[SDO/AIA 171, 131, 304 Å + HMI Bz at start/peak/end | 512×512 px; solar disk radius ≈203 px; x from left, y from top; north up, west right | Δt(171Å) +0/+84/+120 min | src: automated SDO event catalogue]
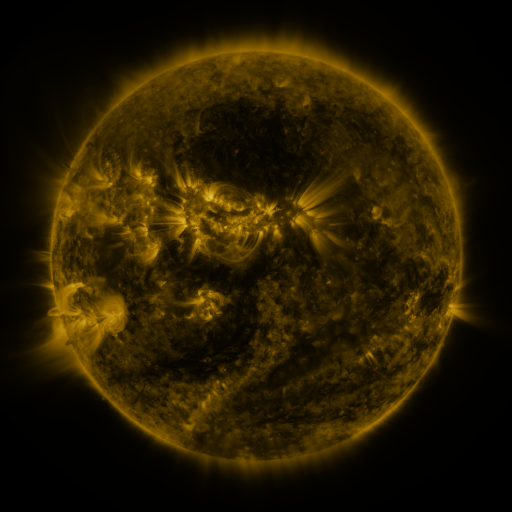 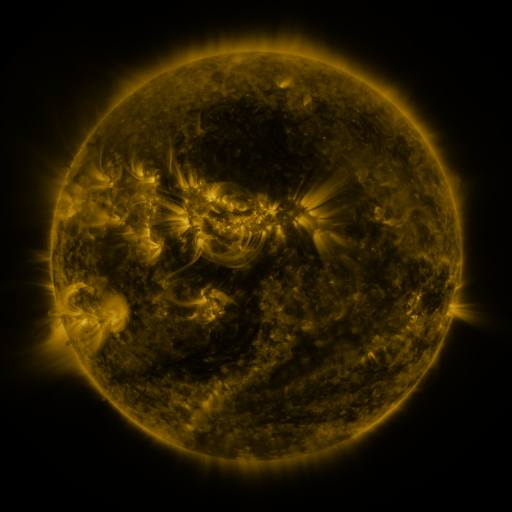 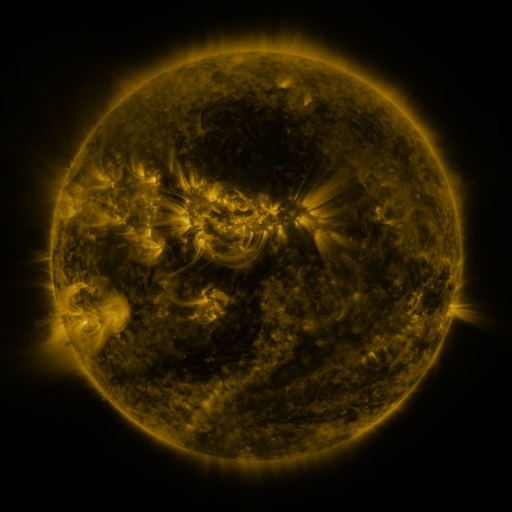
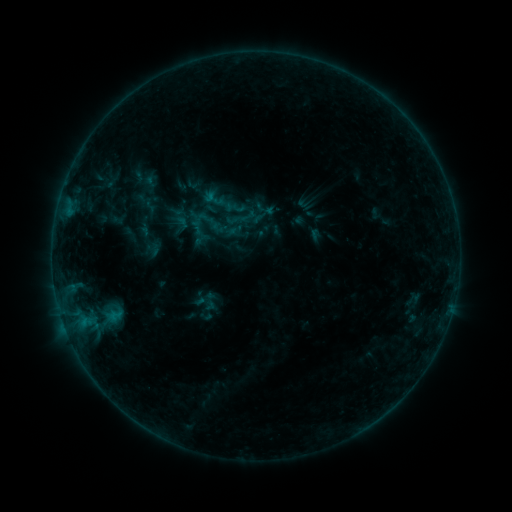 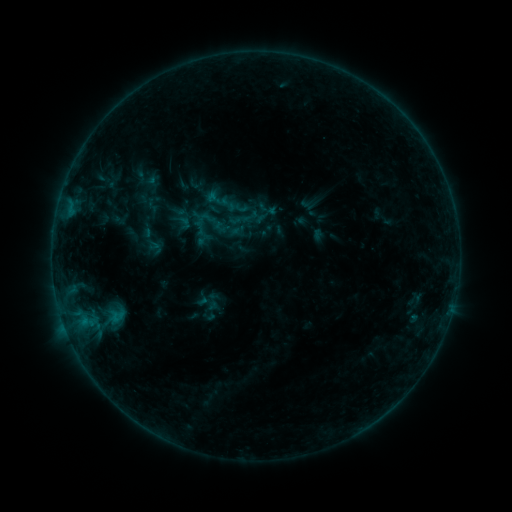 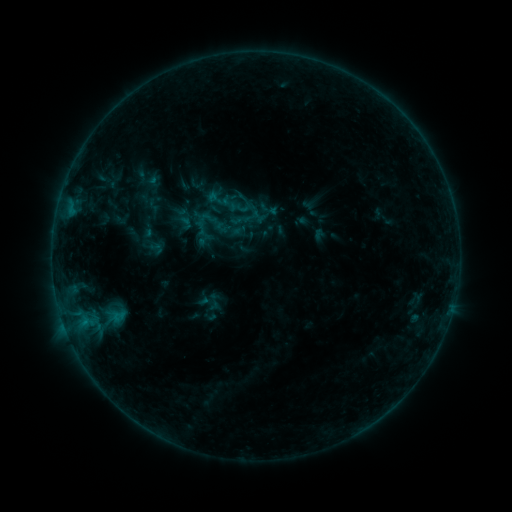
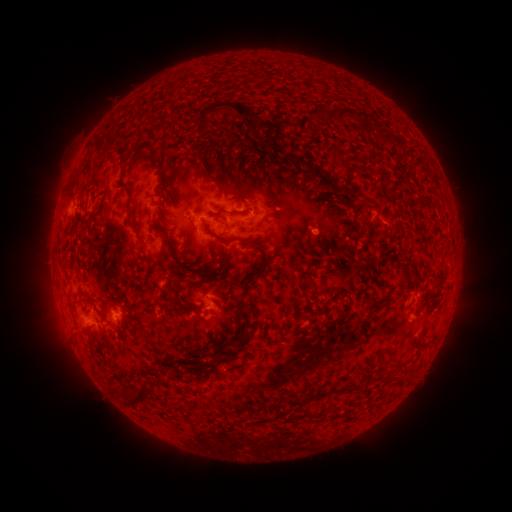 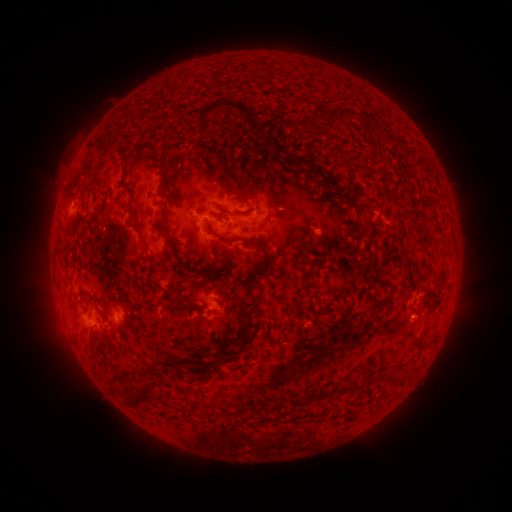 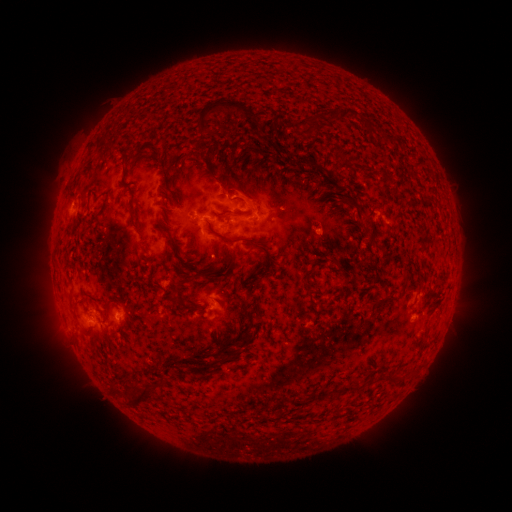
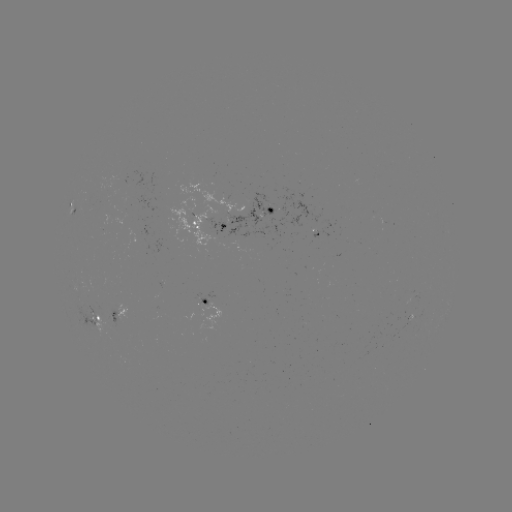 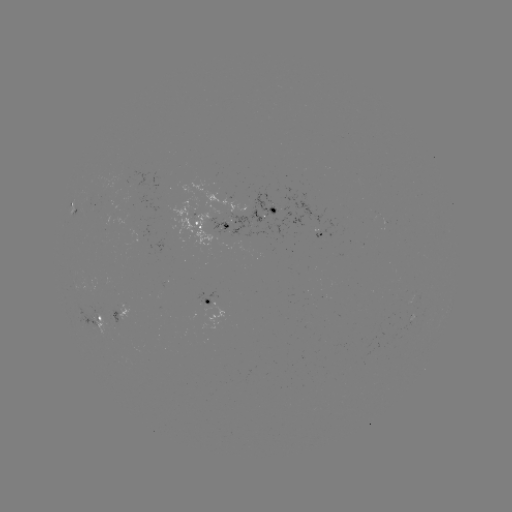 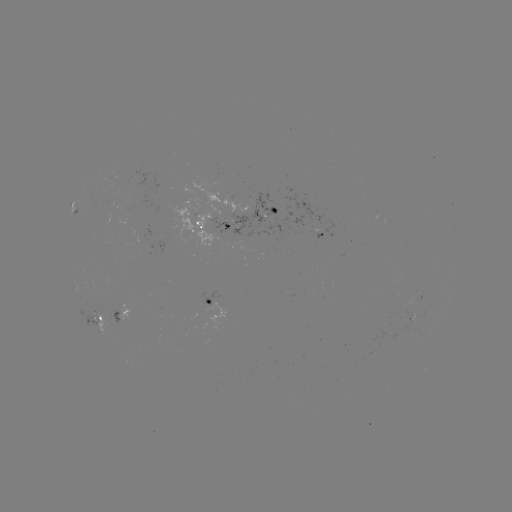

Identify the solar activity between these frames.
emerging-flux region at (114, 316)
